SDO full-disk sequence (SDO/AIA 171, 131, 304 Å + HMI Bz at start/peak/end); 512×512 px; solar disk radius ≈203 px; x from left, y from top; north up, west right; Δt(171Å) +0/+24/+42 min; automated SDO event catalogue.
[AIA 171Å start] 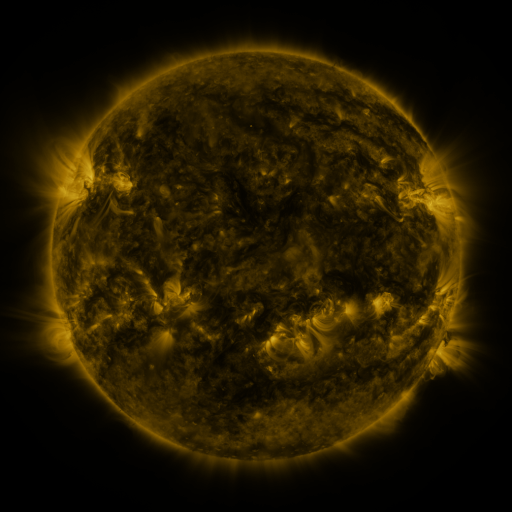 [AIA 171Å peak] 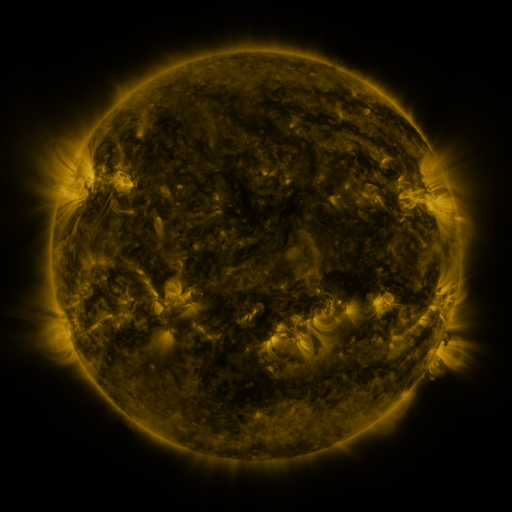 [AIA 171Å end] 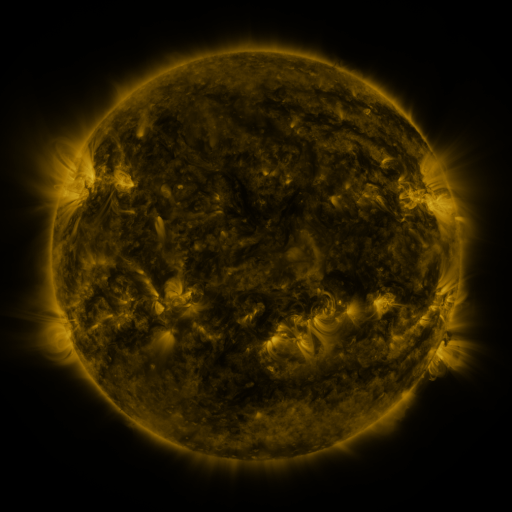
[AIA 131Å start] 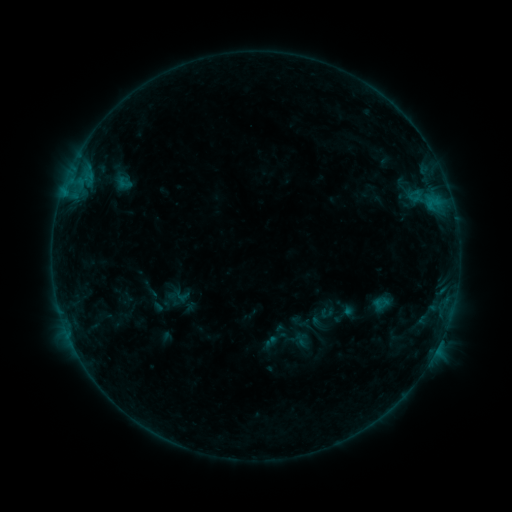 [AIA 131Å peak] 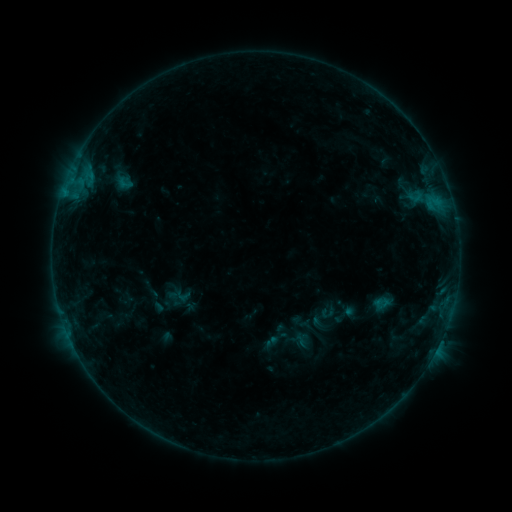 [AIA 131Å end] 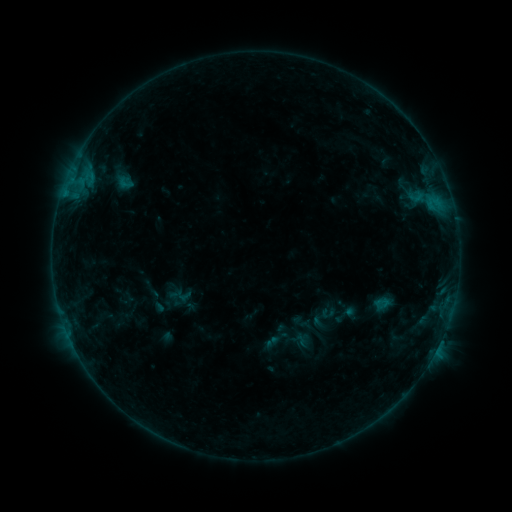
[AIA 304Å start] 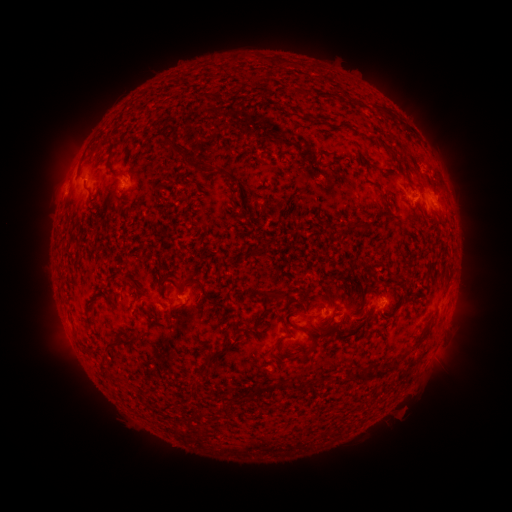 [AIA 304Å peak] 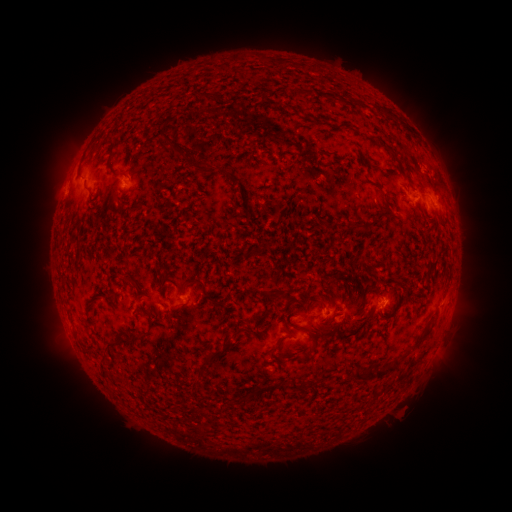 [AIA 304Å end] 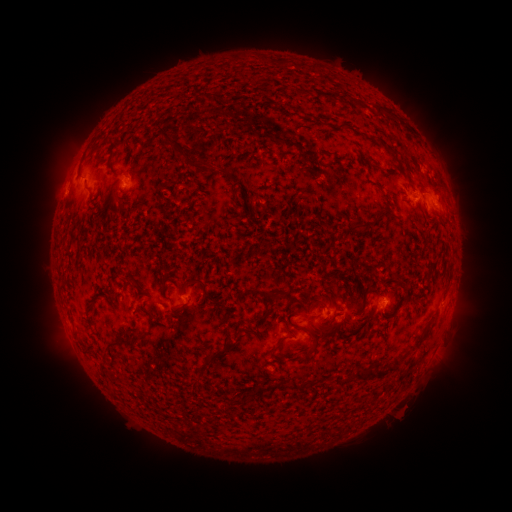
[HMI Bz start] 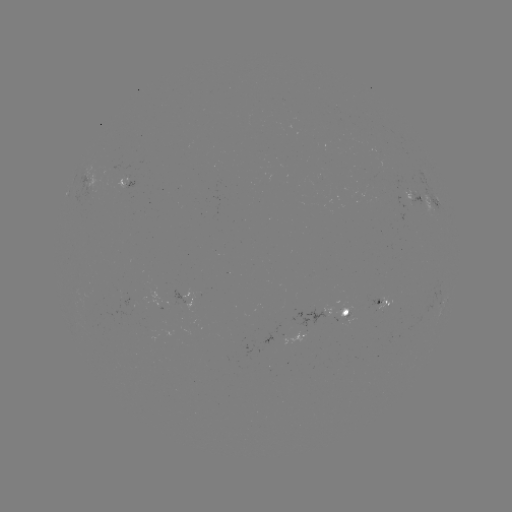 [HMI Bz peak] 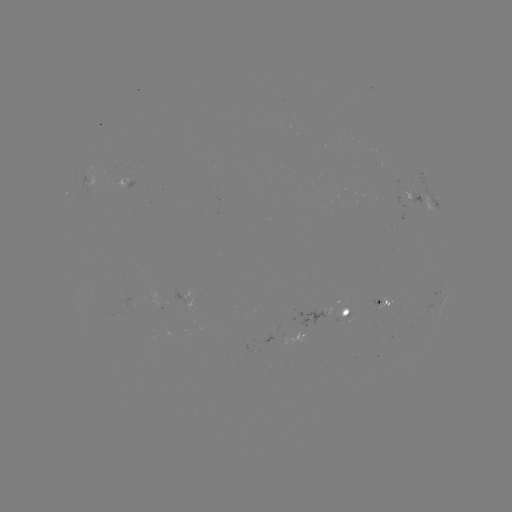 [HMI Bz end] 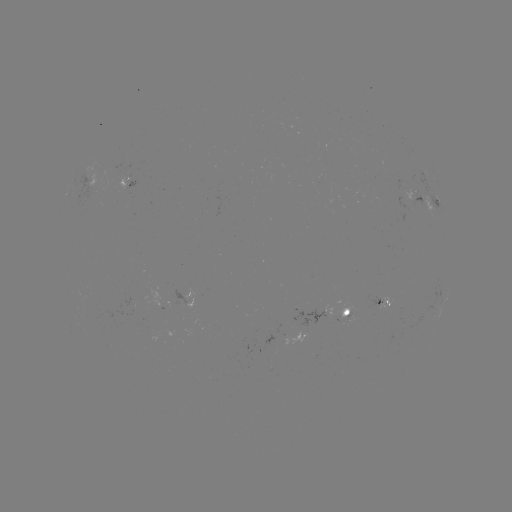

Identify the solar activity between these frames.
no classed flare was catalogued and no EUV brightening was flagged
